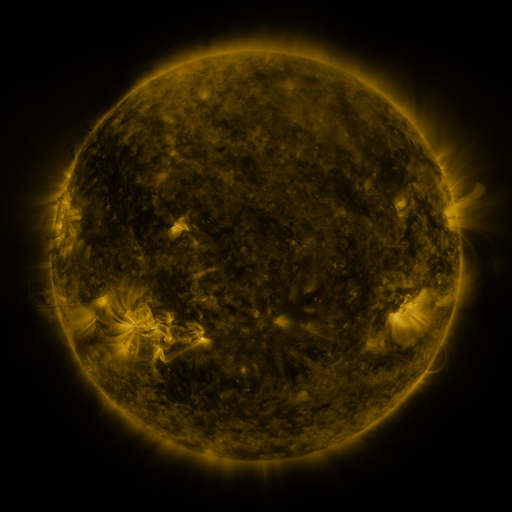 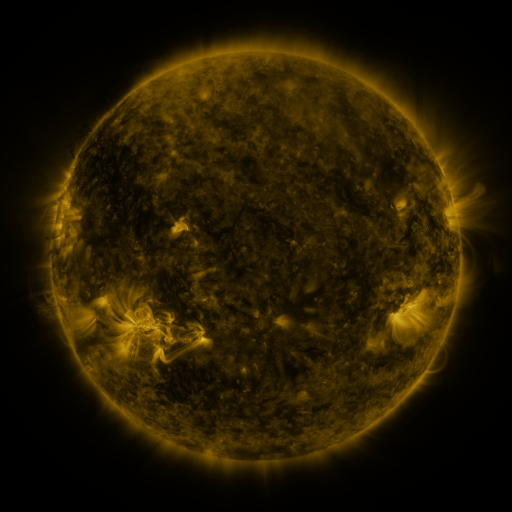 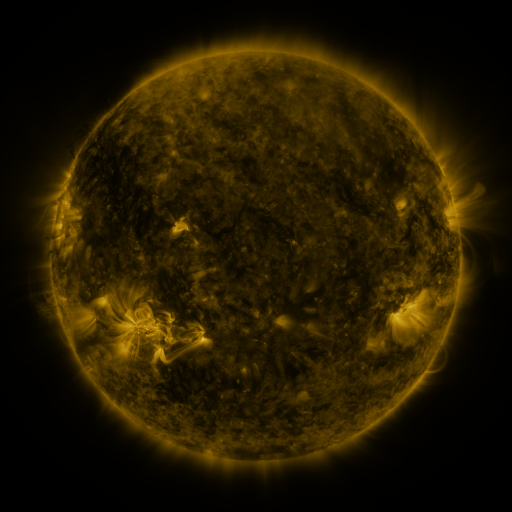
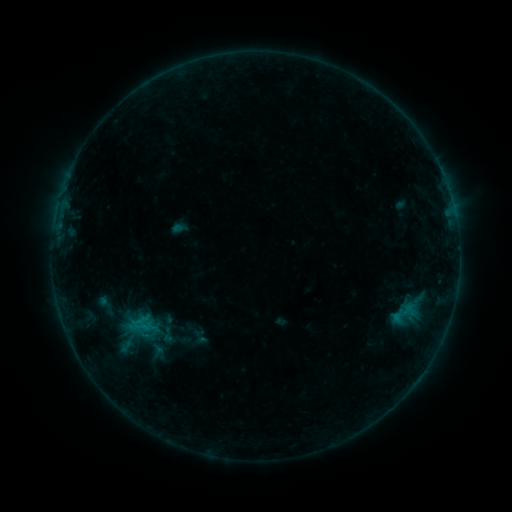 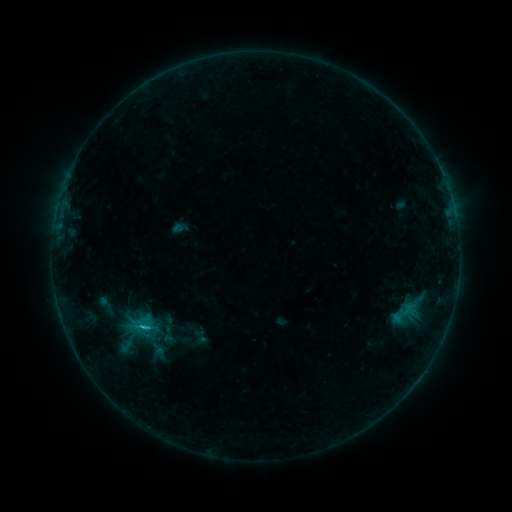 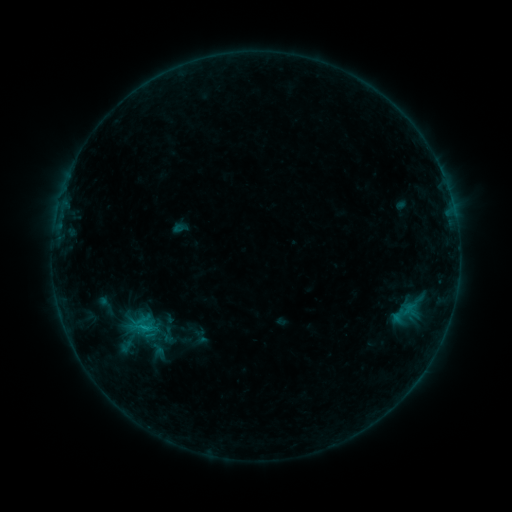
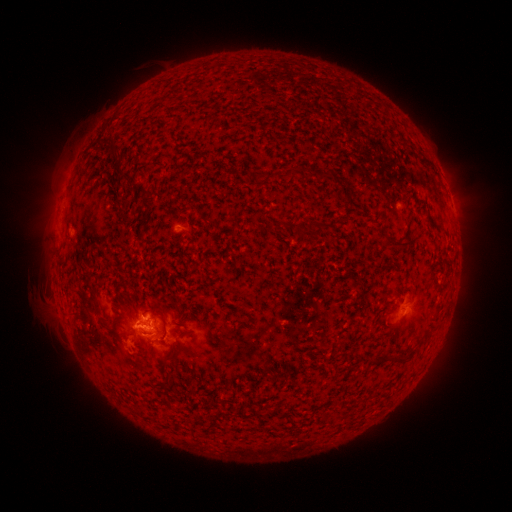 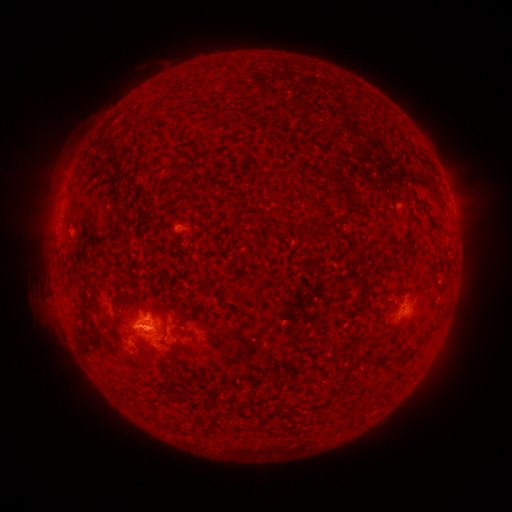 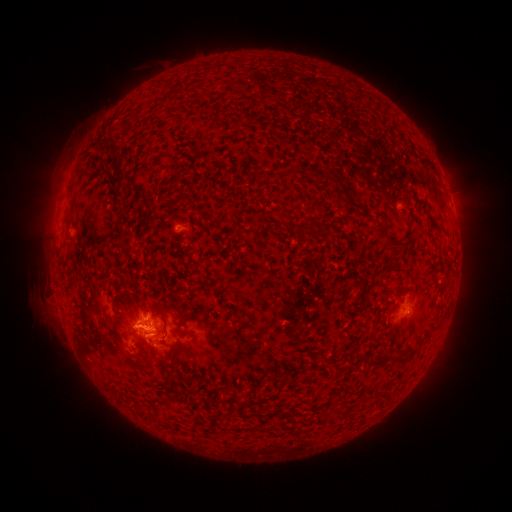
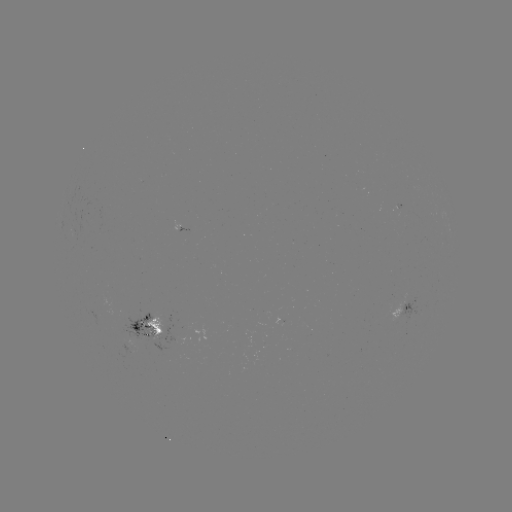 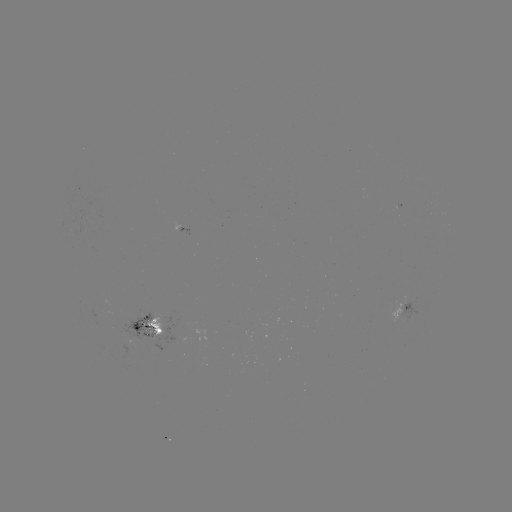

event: flare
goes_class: B9.1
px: (148, 328)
